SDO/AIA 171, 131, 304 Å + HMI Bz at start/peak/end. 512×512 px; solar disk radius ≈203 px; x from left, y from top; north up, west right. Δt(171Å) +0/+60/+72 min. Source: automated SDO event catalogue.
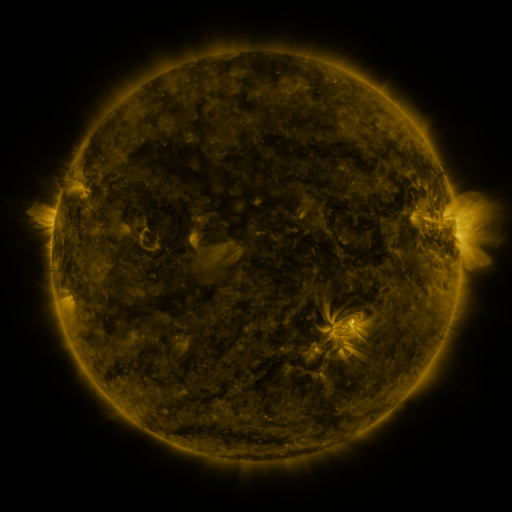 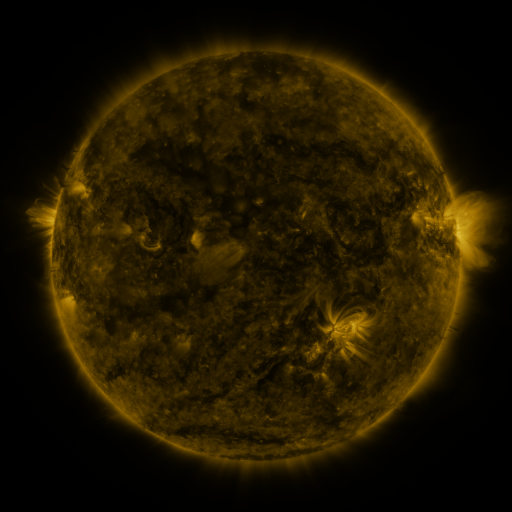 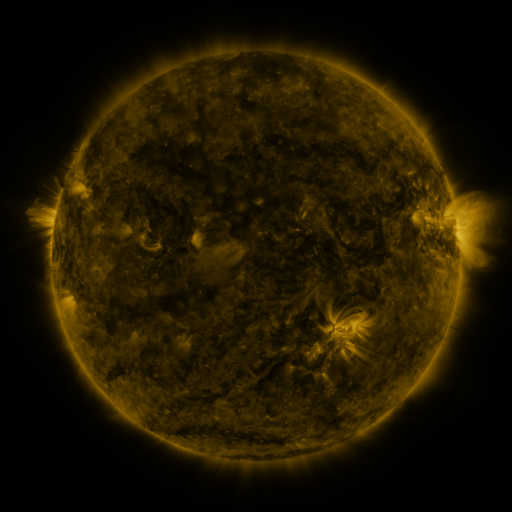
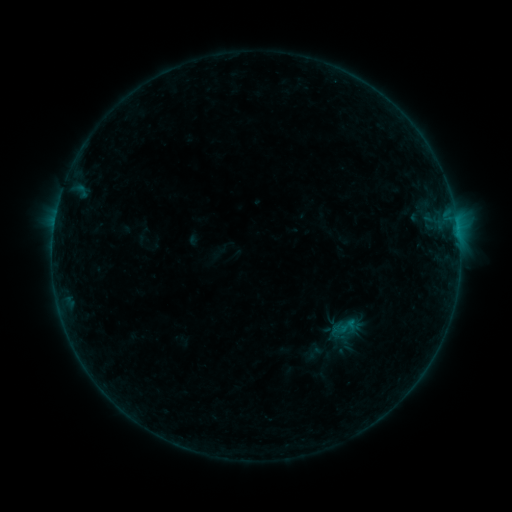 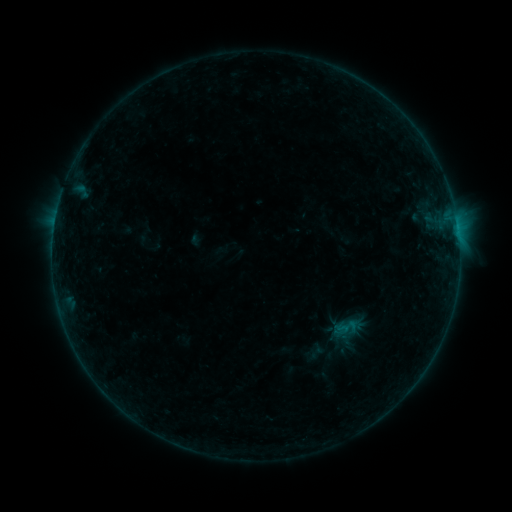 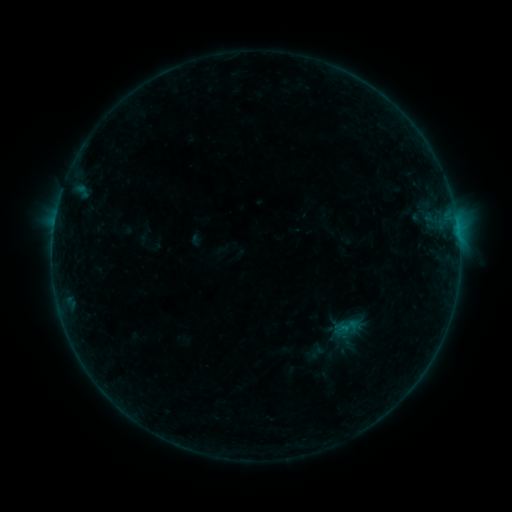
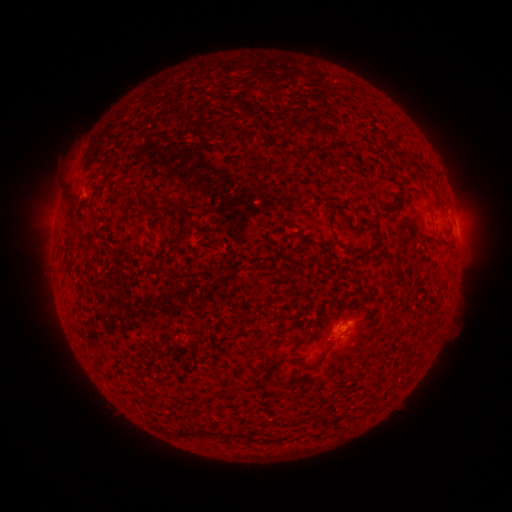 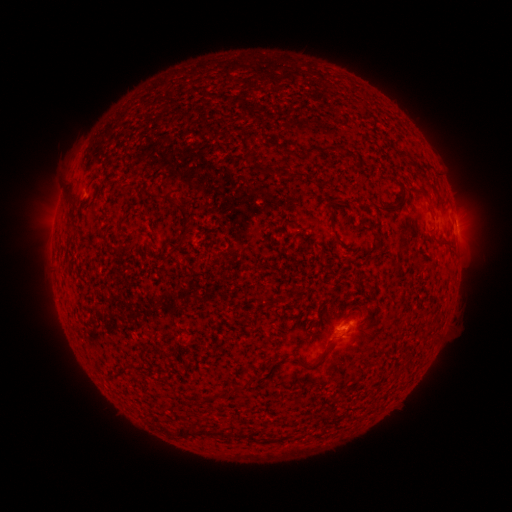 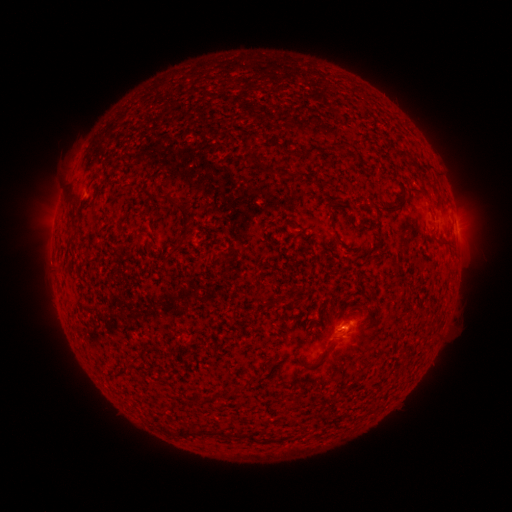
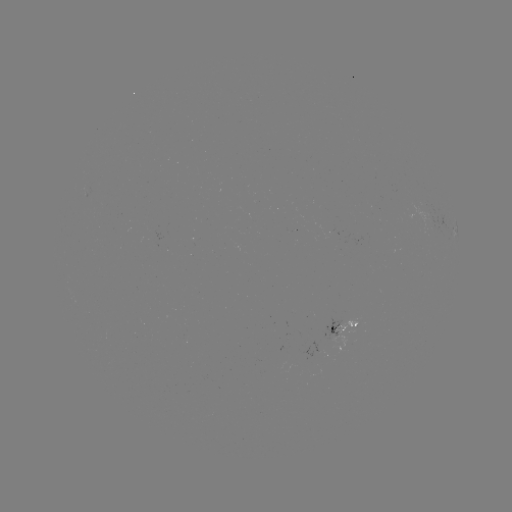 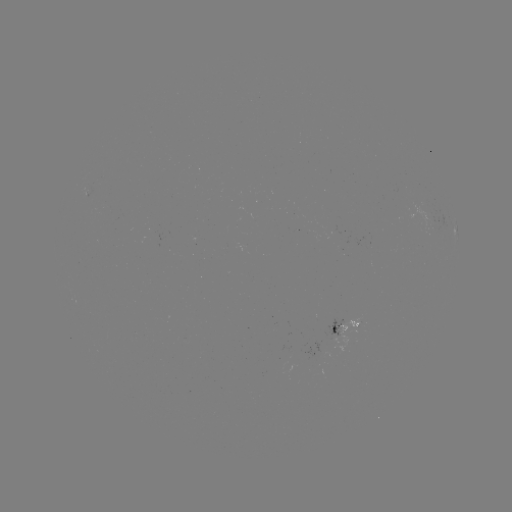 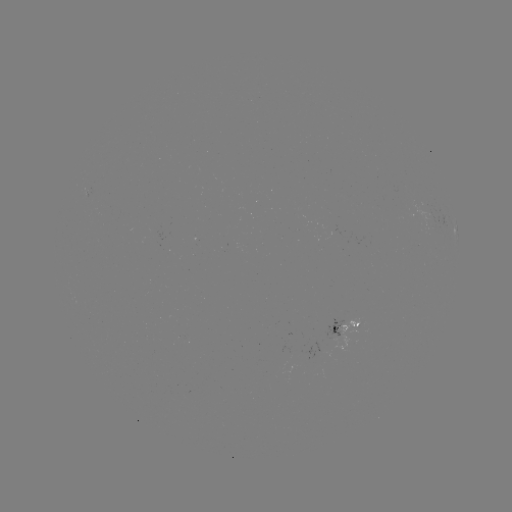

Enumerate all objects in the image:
emerging-flux region: (356, 330)
